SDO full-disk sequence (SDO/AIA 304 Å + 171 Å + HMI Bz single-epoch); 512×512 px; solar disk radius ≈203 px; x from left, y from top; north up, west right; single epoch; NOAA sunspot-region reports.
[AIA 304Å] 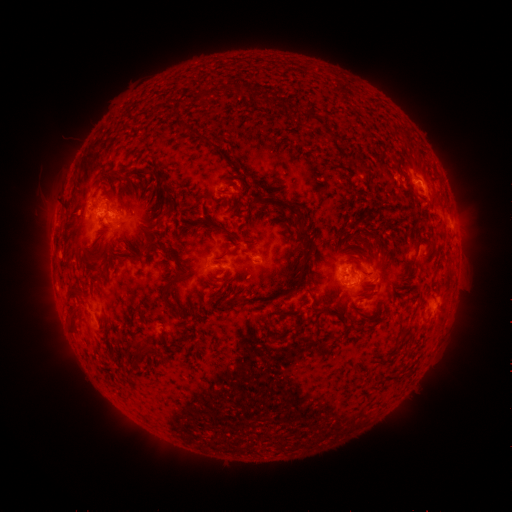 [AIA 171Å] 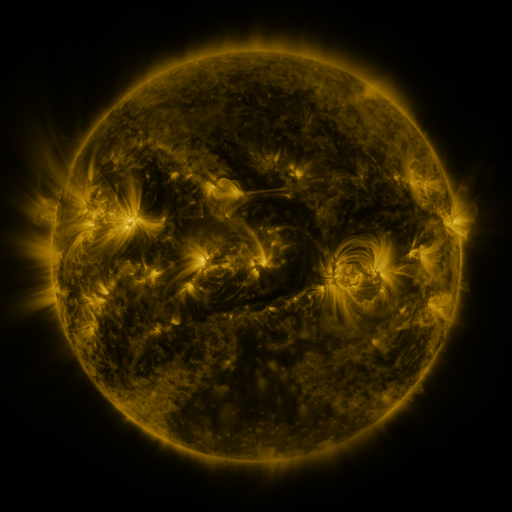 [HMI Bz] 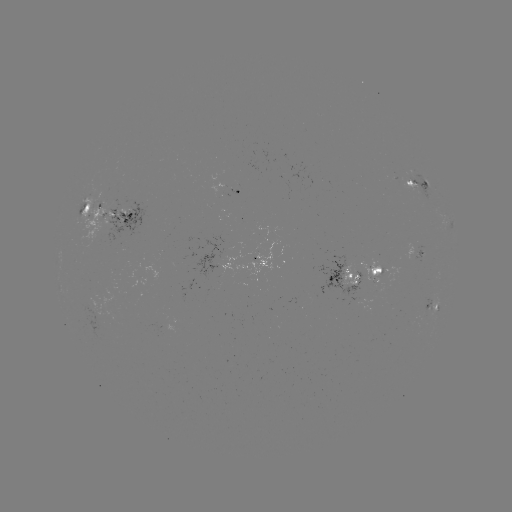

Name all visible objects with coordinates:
spotted active region: (421, 186)
spotted active region: (238, 193)
spotted active region: (108, 213)
spotted active region: (422, 254)
spotted active region: (259, 259)
spotted active region: (220, 263)
spotted active region: (359, 273)
spotted active region: (435, 307)
